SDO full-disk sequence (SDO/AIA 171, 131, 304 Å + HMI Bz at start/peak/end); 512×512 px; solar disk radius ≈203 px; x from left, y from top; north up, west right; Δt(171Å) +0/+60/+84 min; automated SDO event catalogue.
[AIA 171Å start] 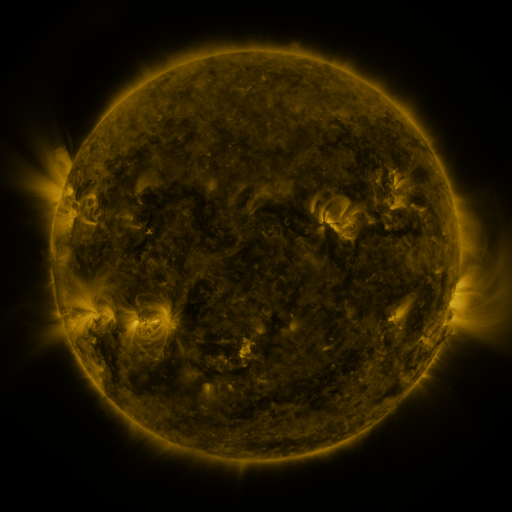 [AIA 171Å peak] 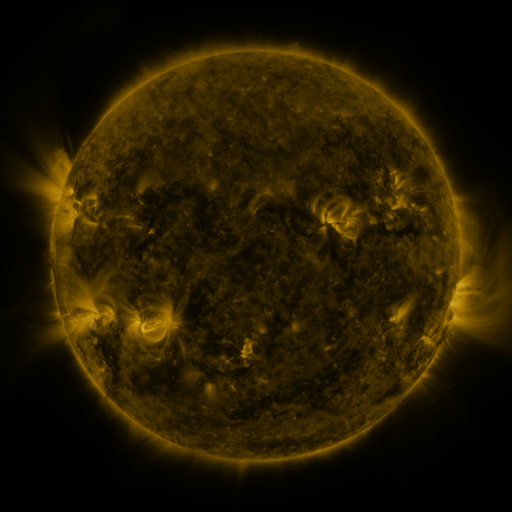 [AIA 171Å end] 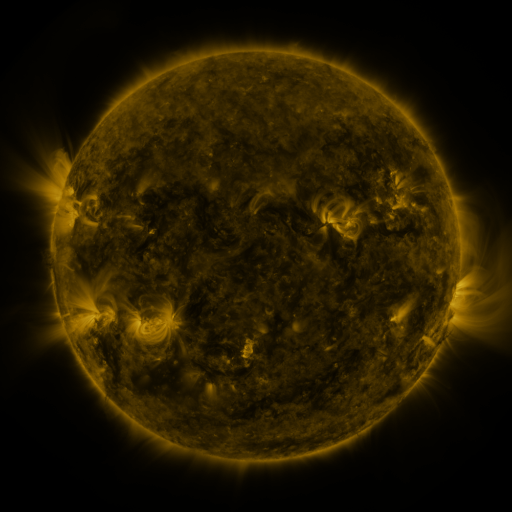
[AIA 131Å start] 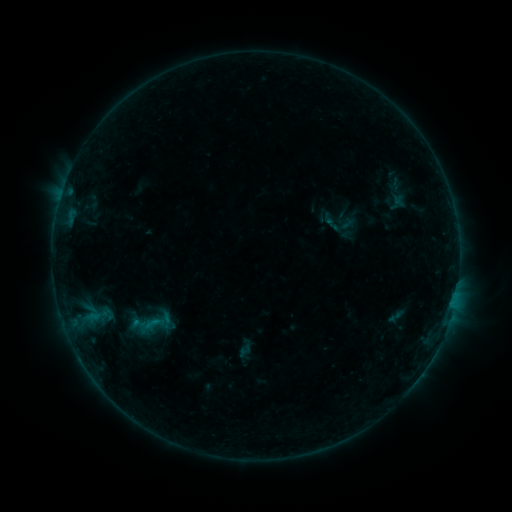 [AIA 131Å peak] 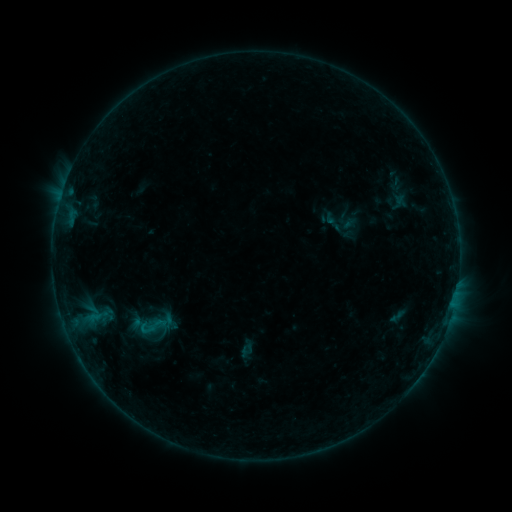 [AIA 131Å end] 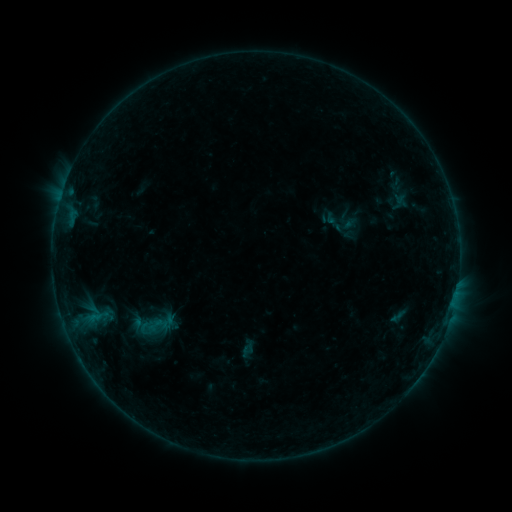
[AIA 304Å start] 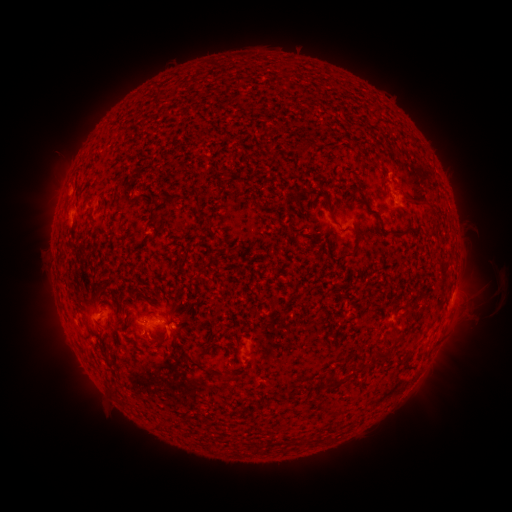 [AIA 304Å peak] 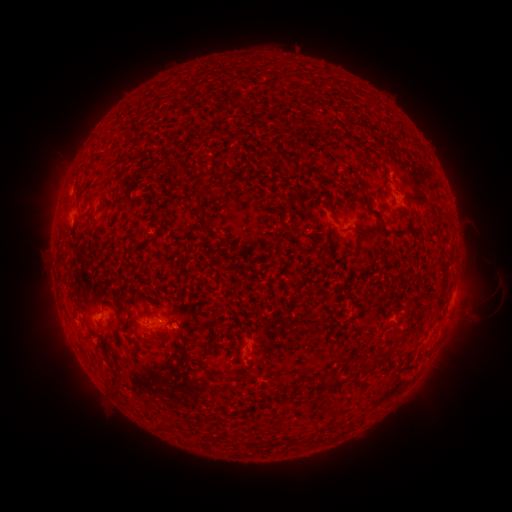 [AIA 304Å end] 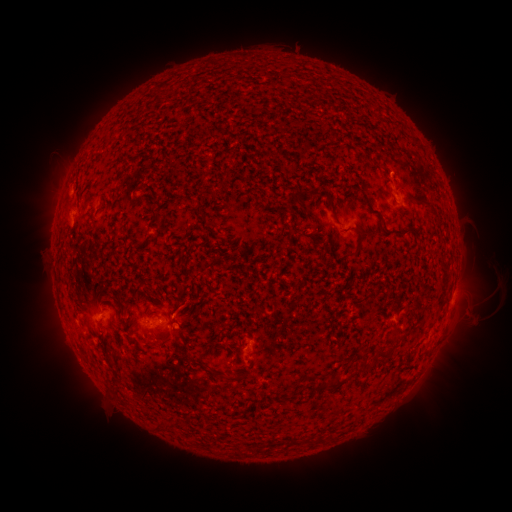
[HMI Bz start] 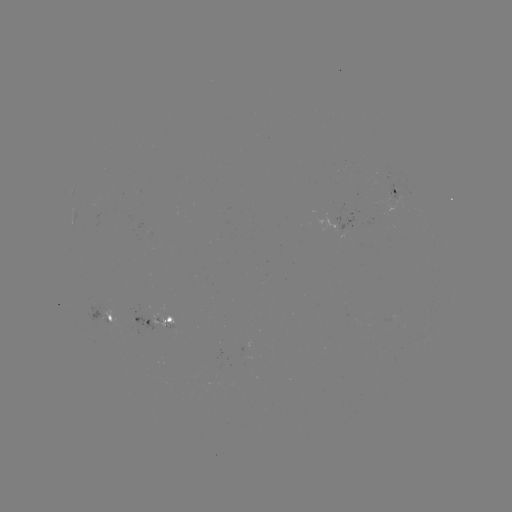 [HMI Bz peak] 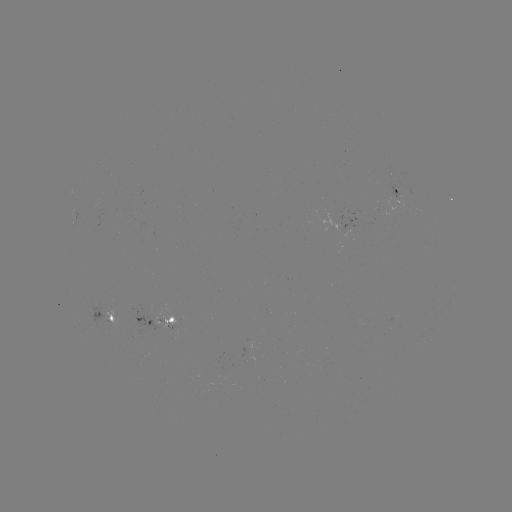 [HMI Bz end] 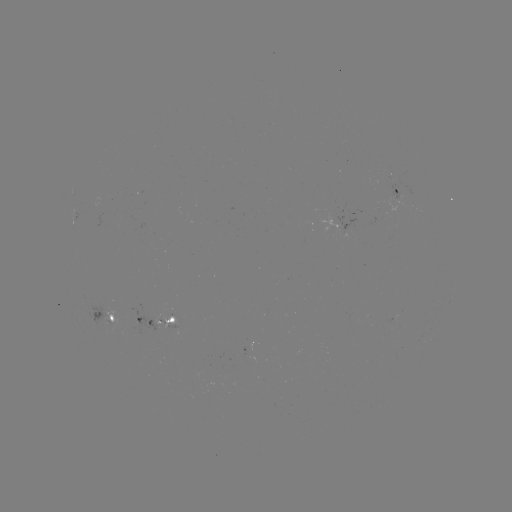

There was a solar emerging-flux region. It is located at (198, 378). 